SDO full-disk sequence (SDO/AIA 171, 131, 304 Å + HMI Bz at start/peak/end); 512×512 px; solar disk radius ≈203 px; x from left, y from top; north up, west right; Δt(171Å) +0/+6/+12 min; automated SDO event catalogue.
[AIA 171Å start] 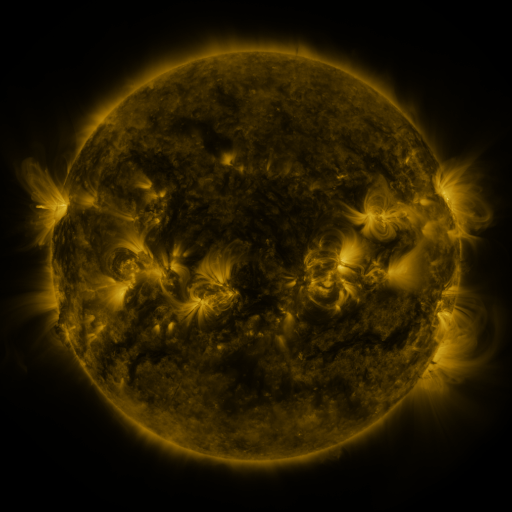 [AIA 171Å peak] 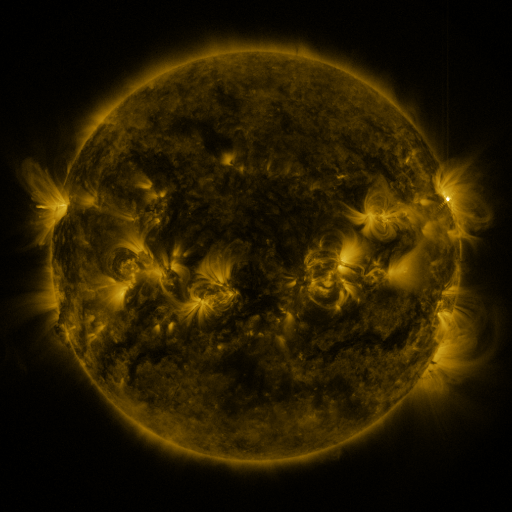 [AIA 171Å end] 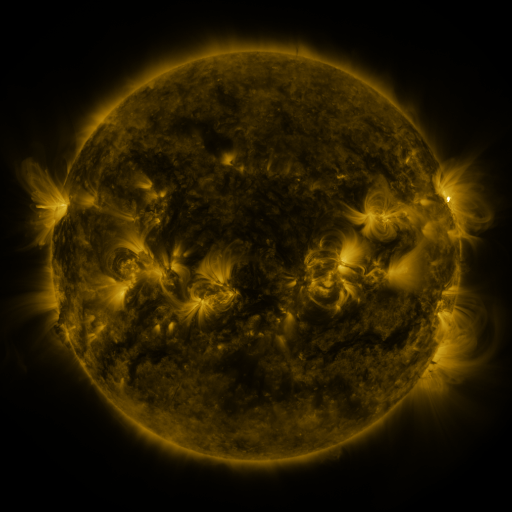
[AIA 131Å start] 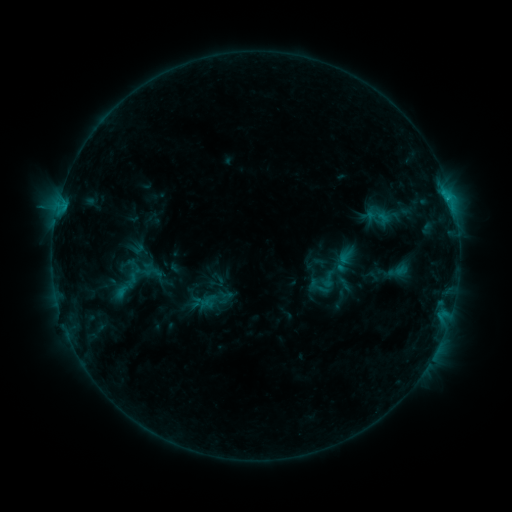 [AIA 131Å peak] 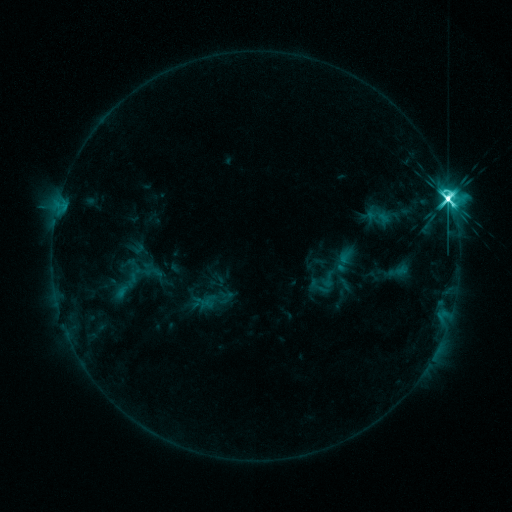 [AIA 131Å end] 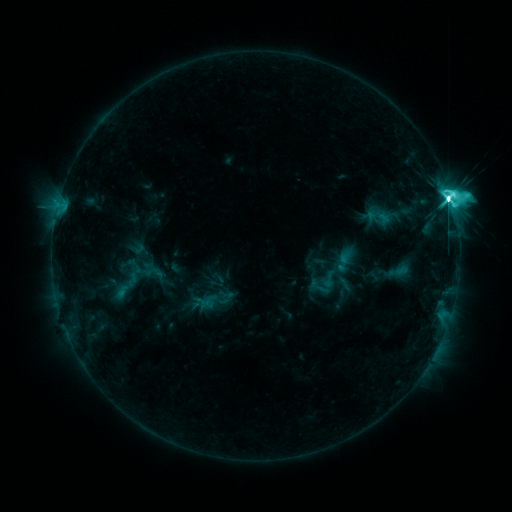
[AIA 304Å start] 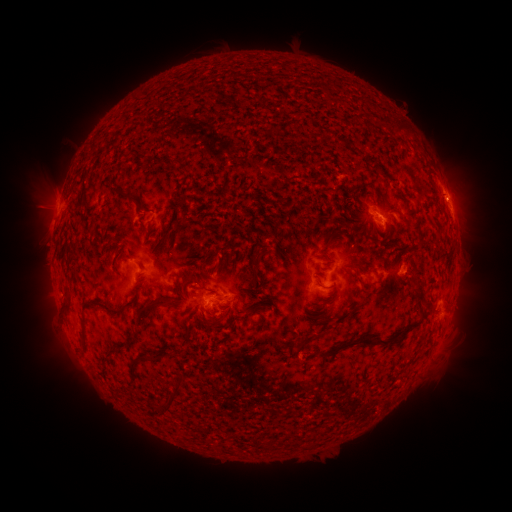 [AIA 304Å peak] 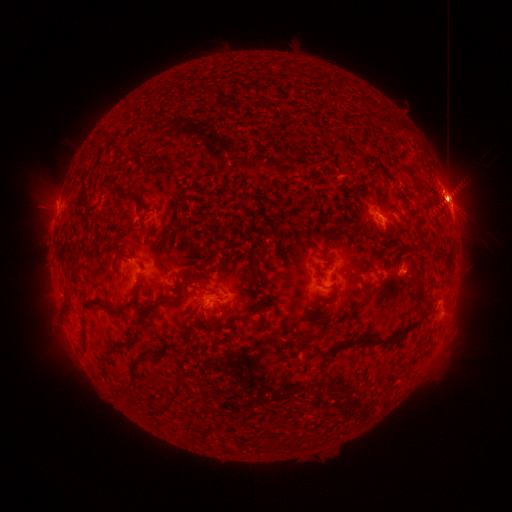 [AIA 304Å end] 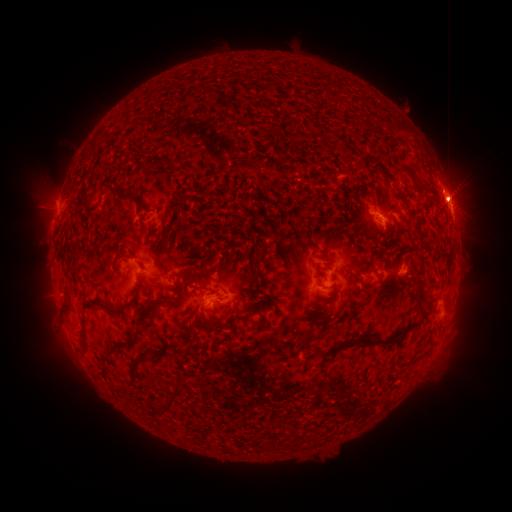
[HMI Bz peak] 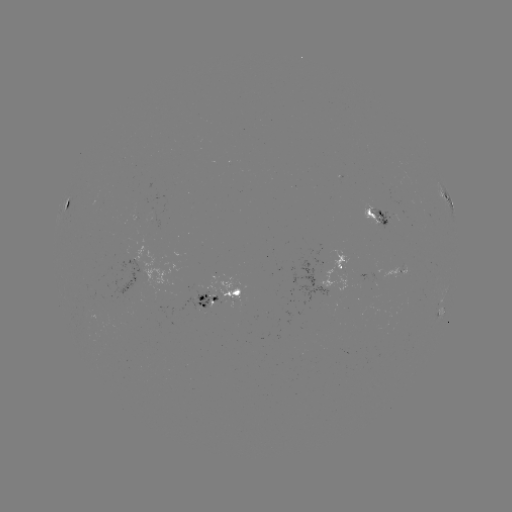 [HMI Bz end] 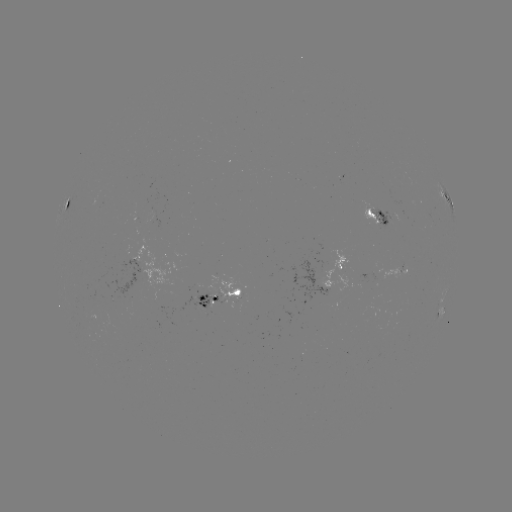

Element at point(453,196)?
eruption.